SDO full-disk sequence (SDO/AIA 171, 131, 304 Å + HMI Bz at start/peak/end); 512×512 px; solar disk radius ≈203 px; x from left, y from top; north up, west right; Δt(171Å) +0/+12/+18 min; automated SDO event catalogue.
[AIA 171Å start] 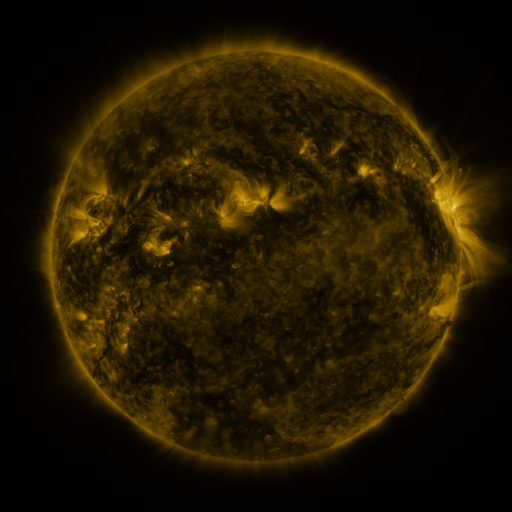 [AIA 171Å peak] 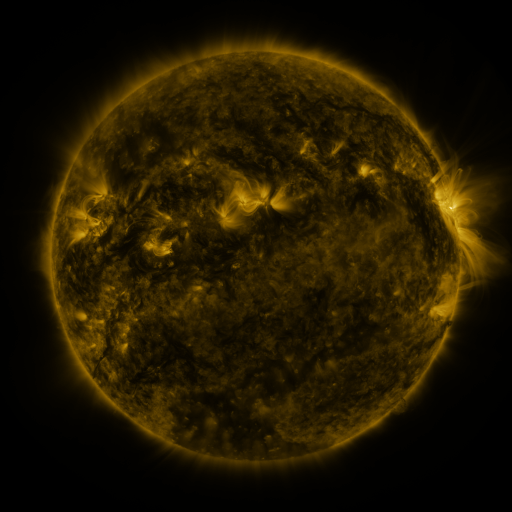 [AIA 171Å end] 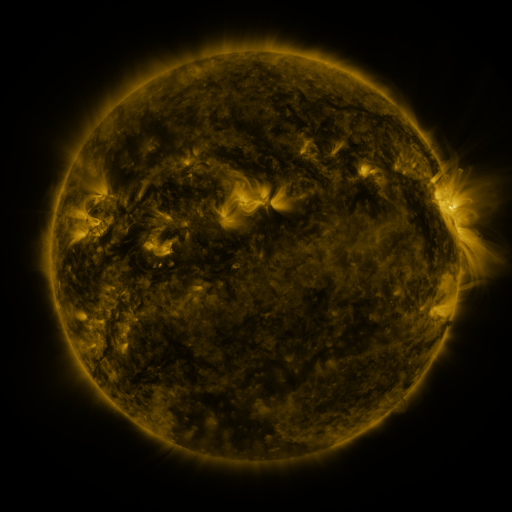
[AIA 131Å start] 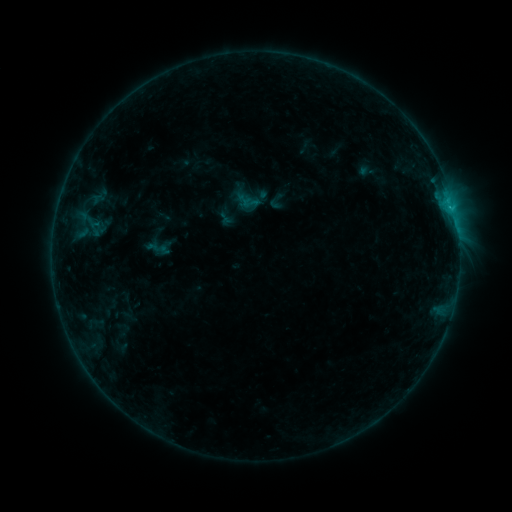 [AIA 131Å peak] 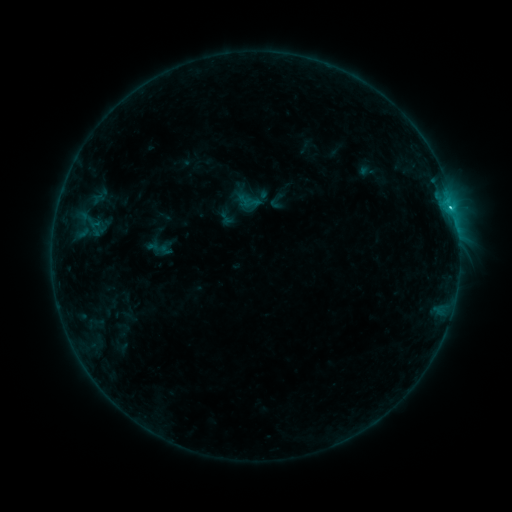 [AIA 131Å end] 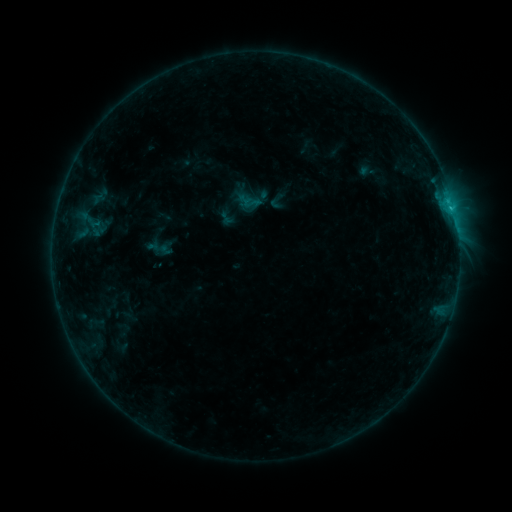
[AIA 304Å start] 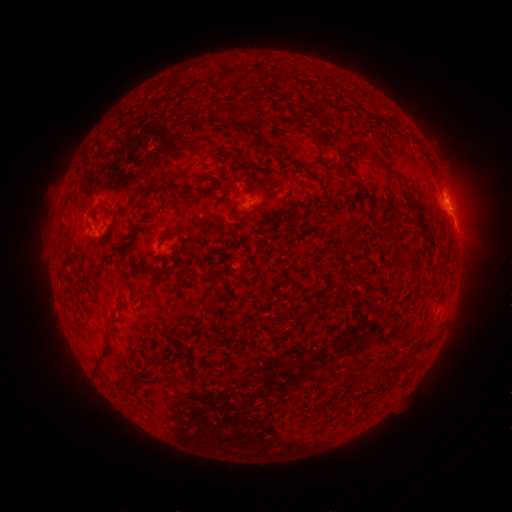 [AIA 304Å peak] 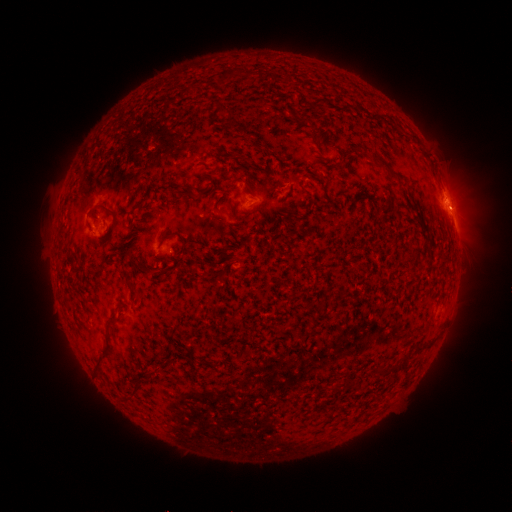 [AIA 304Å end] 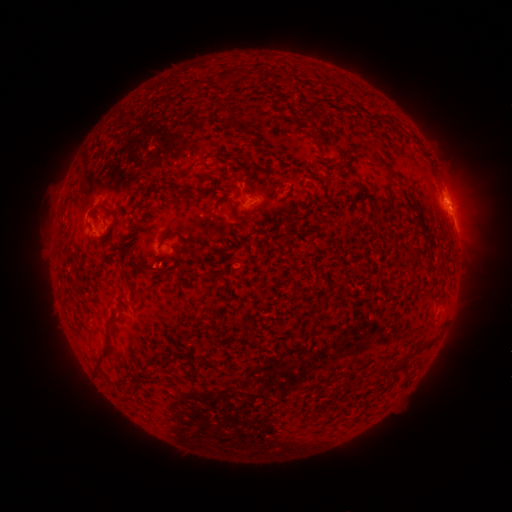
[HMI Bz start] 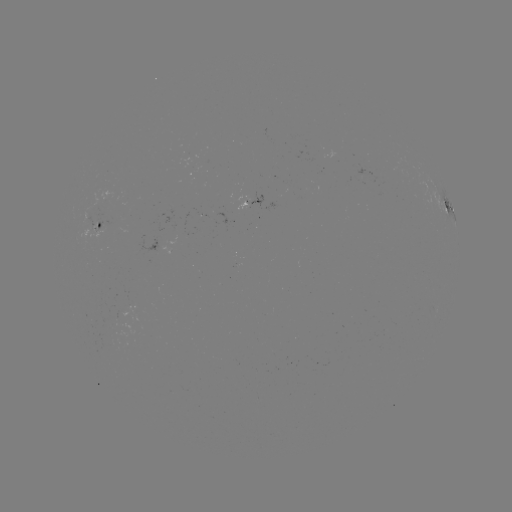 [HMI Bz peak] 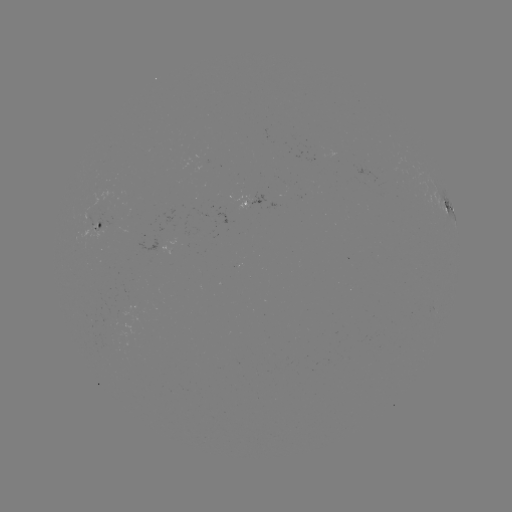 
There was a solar flare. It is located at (450, 209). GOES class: C1.3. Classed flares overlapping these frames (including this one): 1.